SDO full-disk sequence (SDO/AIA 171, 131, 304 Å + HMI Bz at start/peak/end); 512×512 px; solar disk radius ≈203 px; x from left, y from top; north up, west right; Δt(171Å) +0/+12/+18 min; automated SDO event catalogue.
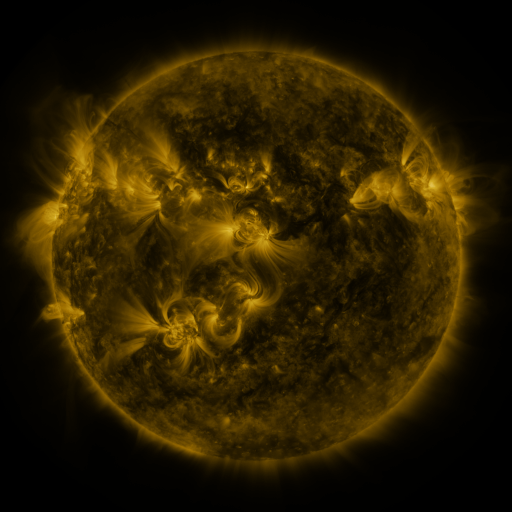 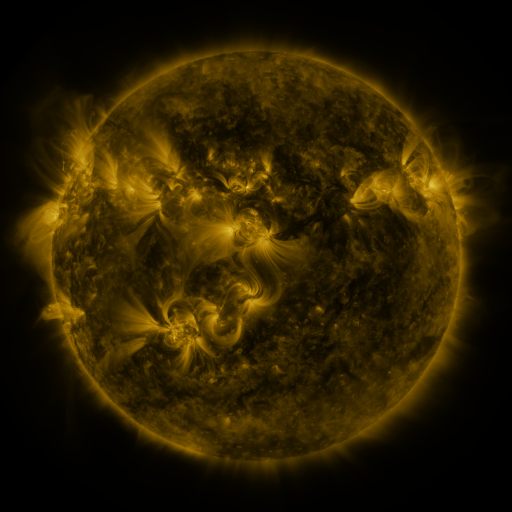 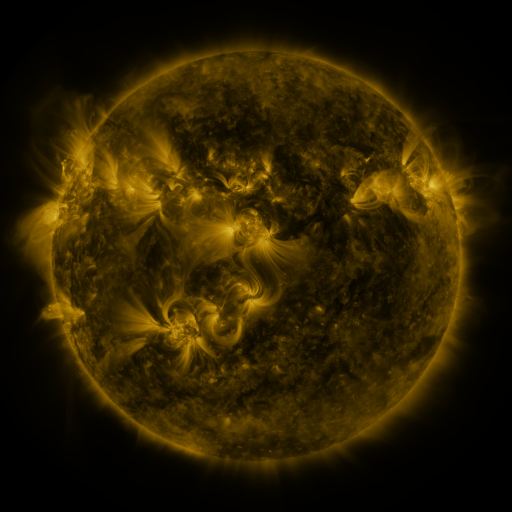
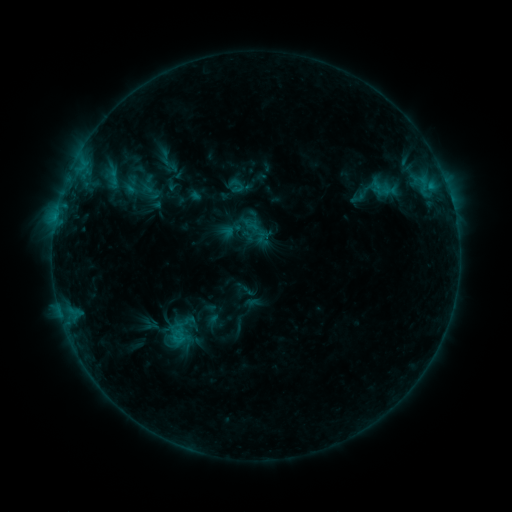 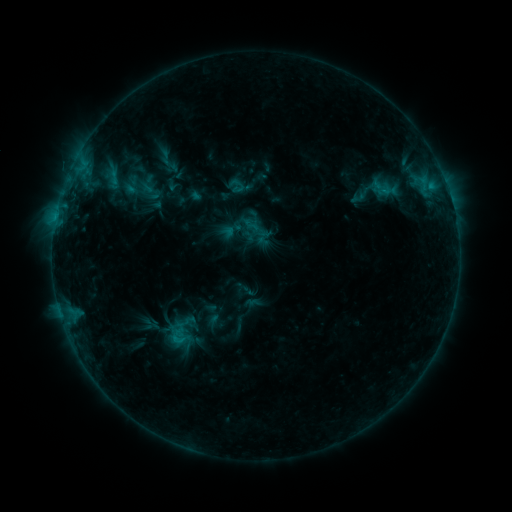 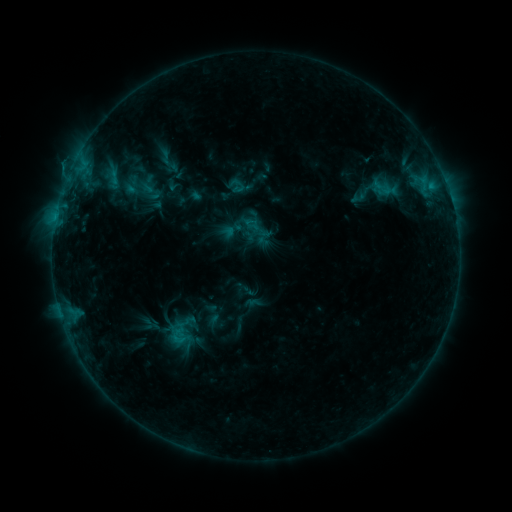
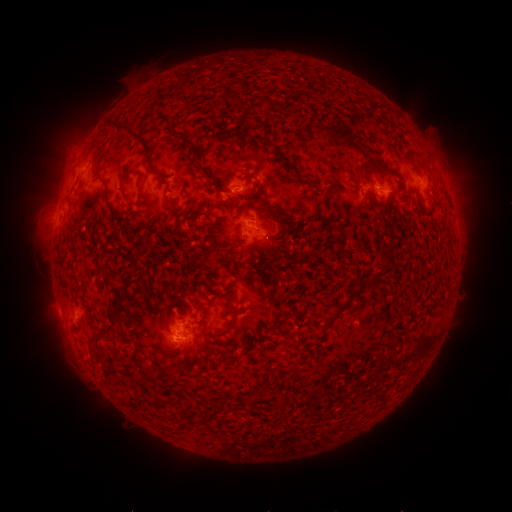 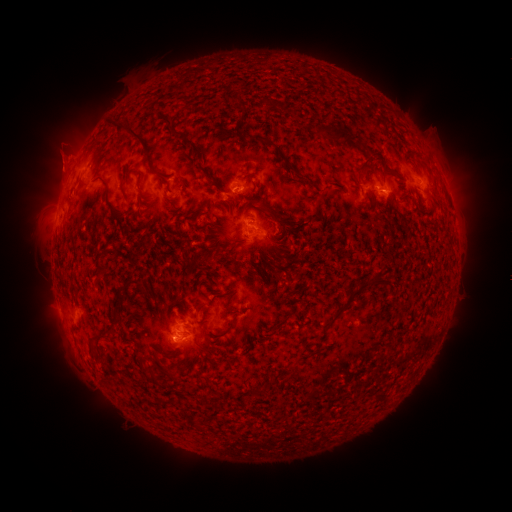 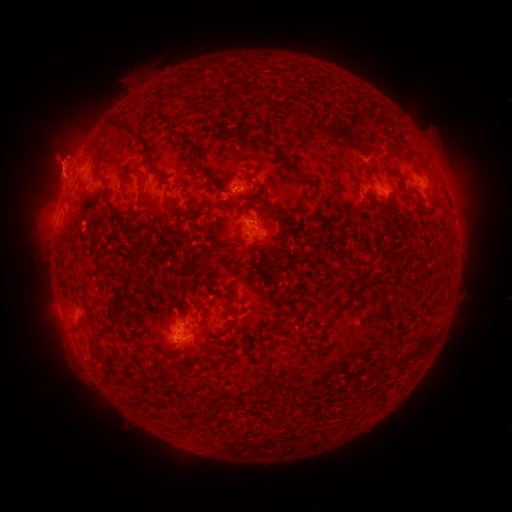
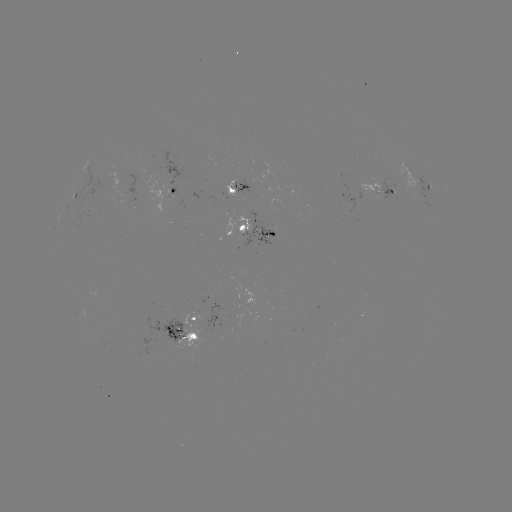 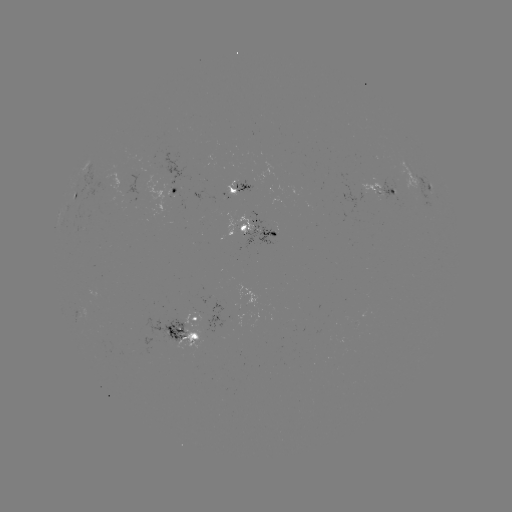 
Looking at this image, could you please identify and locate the eruption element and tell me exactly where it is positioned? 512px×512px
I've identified eruption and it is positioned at [65, 149].